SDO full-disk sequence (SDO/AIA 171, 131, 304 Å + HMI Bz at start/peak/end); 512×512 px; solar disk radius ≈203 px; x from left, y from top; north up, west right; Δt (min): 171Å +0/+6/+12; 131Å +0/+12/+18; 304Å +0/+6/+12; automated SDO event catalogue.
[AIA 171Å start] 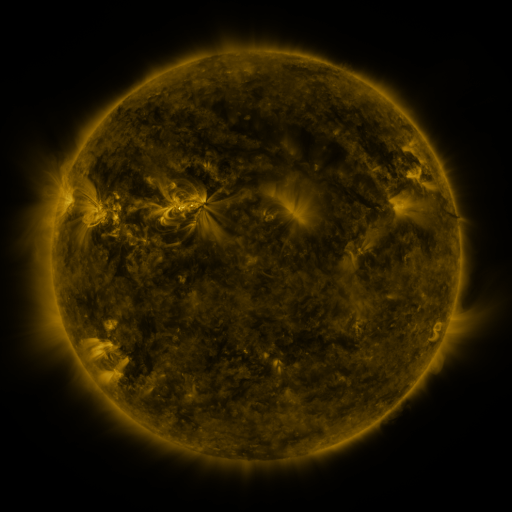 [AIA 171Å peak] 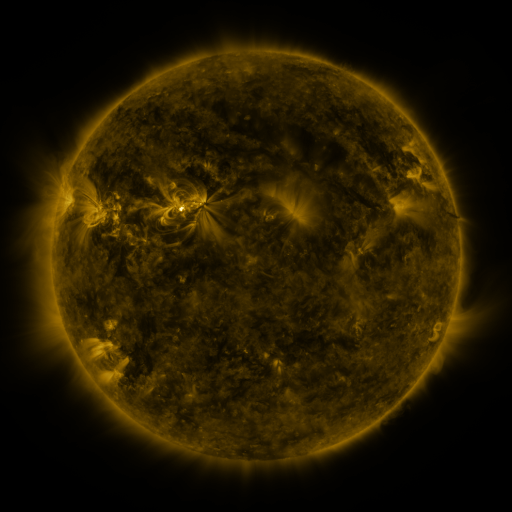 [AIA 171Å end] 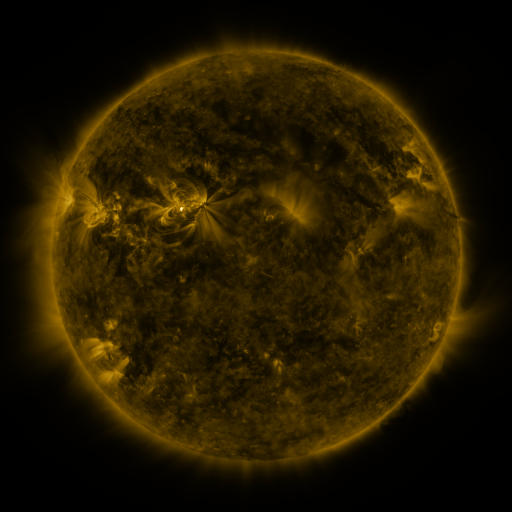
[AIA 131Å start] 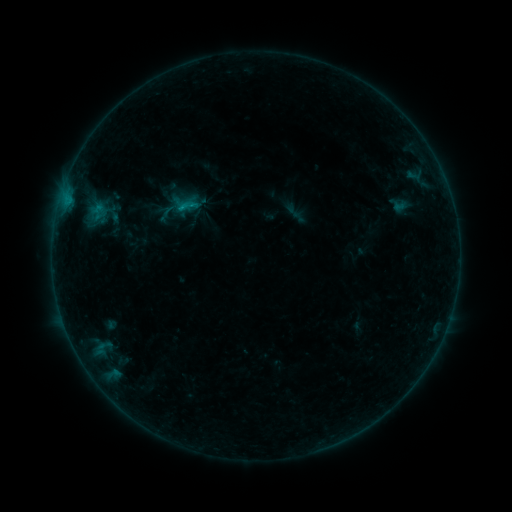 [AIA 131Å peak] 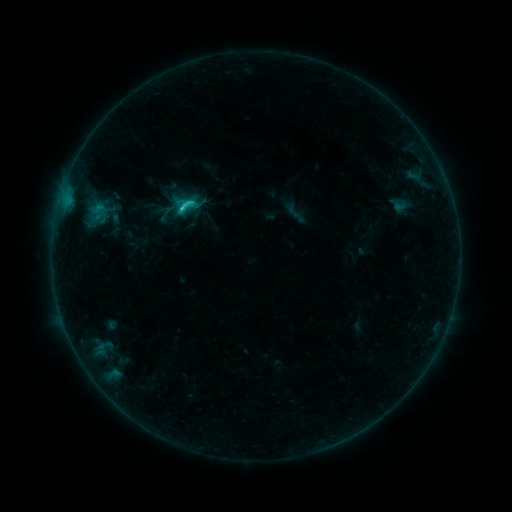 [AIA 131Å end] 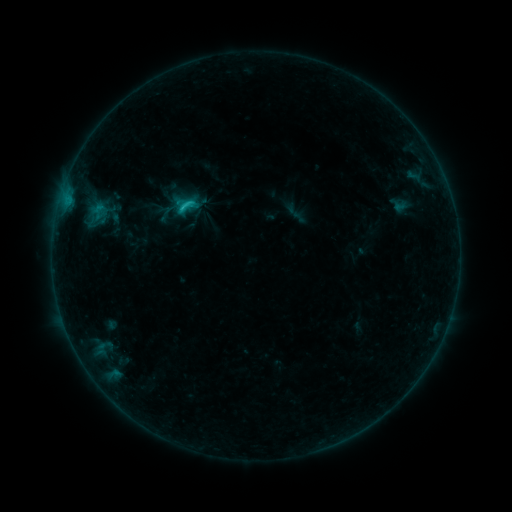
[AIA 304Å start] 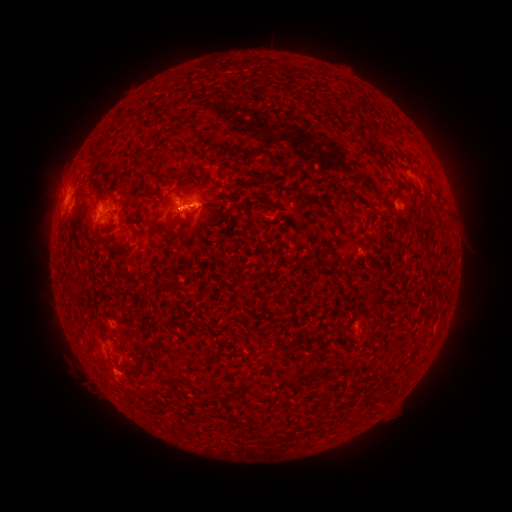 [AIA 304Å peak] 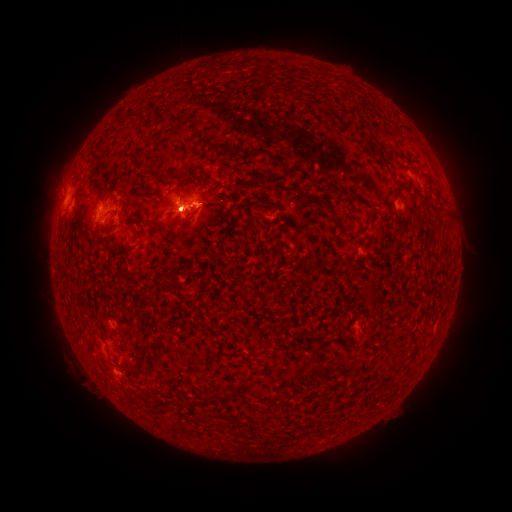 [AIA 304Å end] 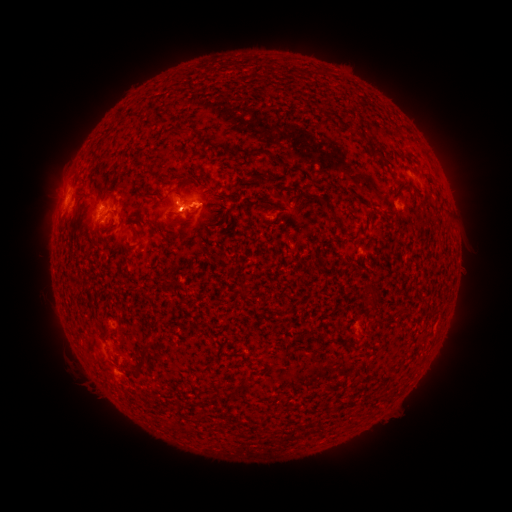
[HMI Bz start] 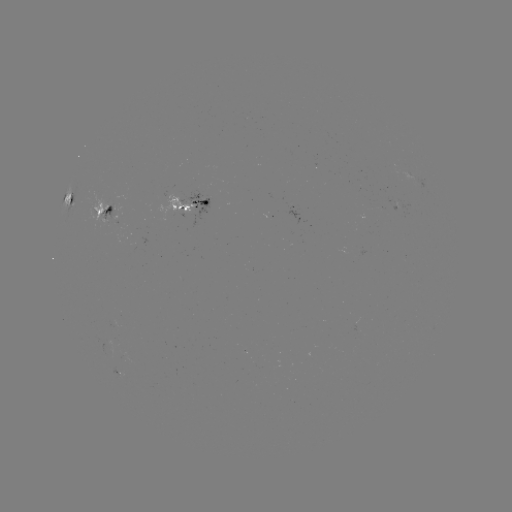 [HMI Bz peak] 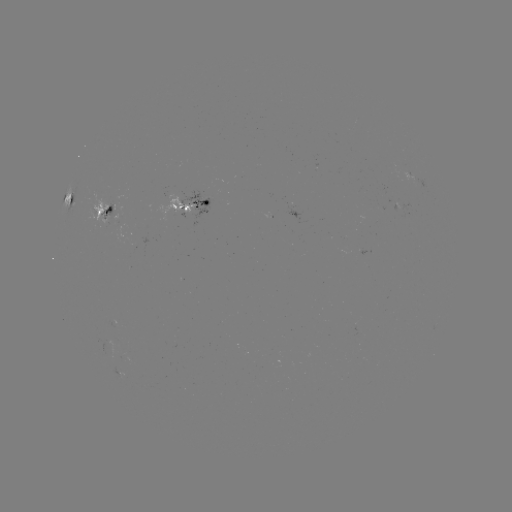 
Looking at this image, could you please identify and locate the C3.5 flare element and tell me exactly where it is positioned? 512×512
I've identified C3.5 flare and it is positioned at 183,210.